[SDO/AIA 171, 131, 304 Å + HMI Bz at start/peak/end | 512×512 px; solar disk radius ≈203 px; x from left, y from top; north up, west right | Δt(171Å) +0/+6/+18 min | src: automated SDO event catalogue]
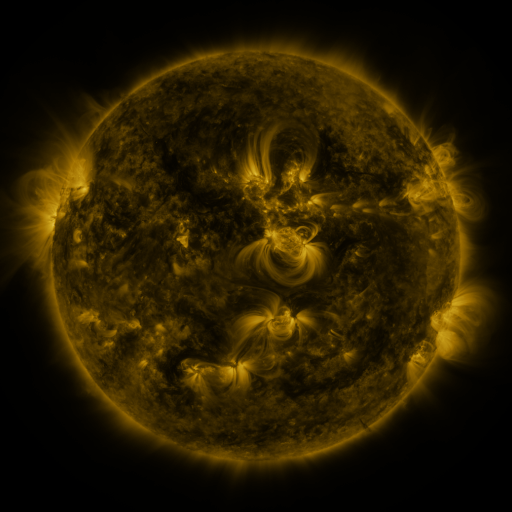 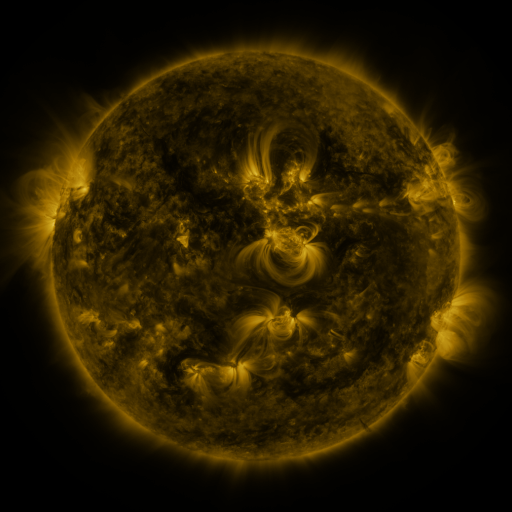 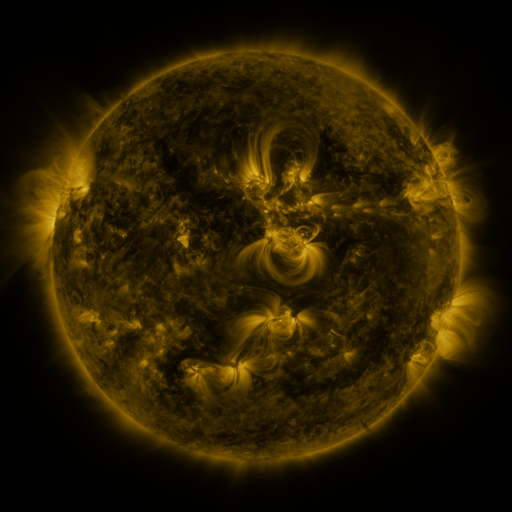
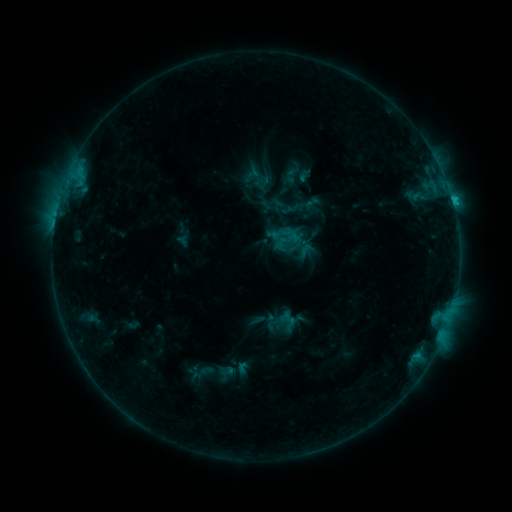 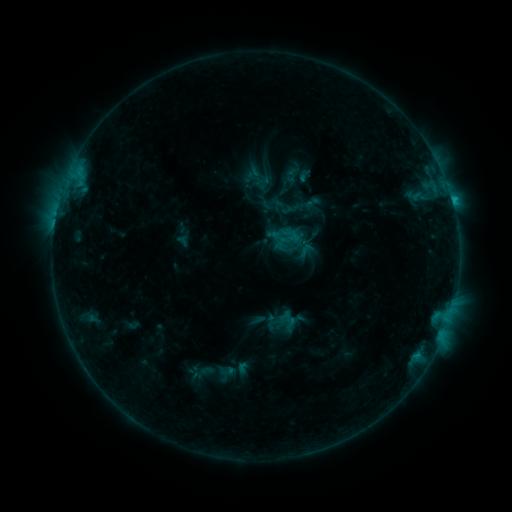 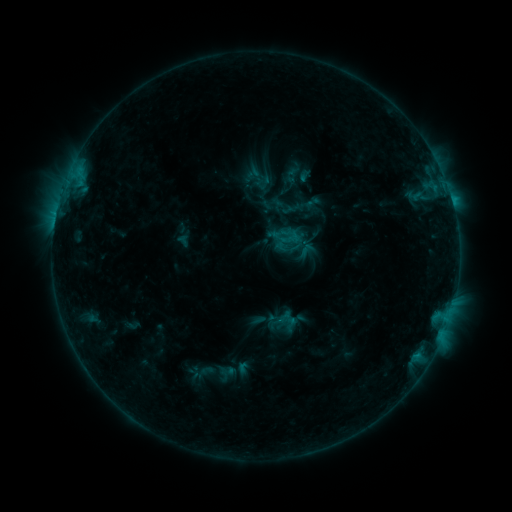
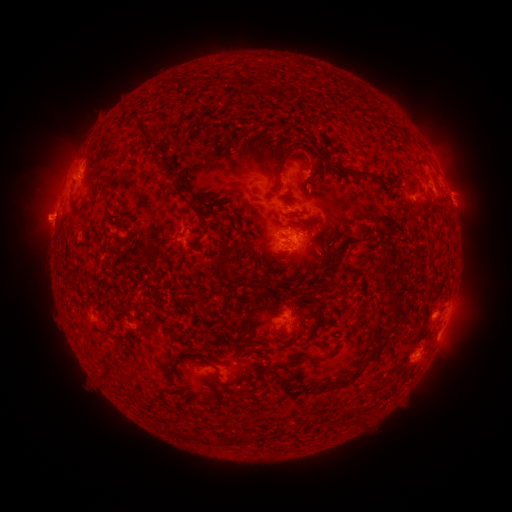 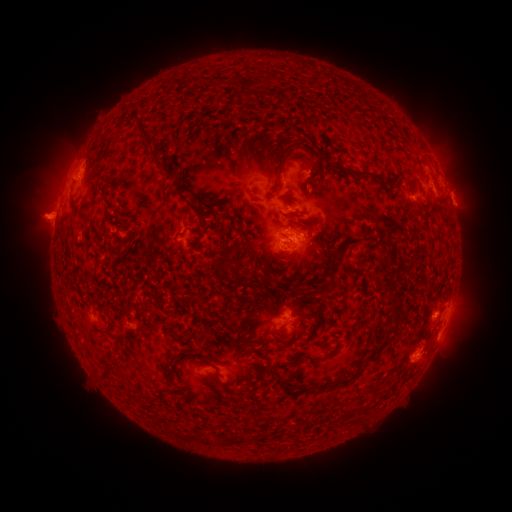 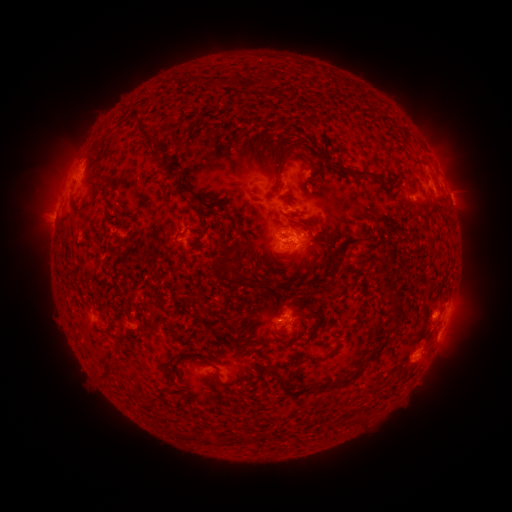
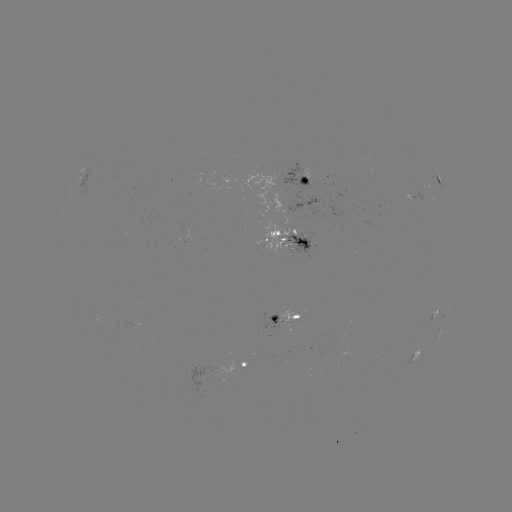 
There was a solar eruption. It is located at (461, 333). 